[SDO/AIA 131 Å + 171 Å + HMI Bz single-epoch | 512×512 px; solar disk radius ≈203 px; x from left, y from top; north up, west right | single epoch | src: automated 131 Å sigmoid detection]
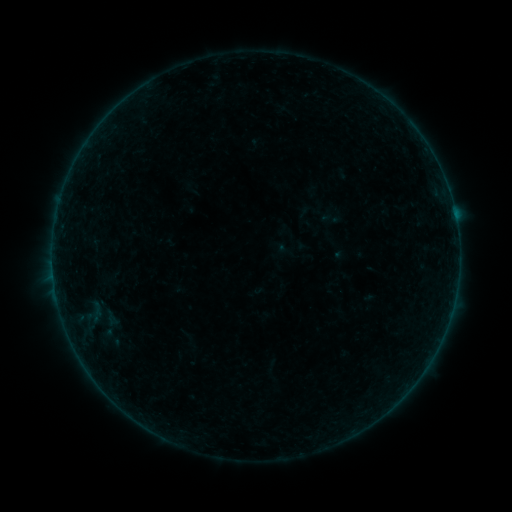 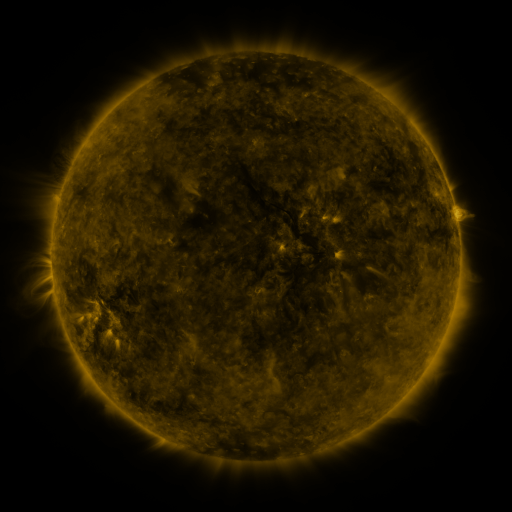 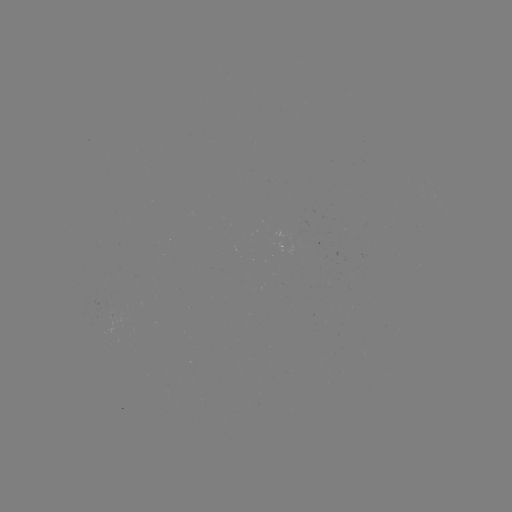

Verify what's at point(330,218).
sigmoid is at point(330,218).